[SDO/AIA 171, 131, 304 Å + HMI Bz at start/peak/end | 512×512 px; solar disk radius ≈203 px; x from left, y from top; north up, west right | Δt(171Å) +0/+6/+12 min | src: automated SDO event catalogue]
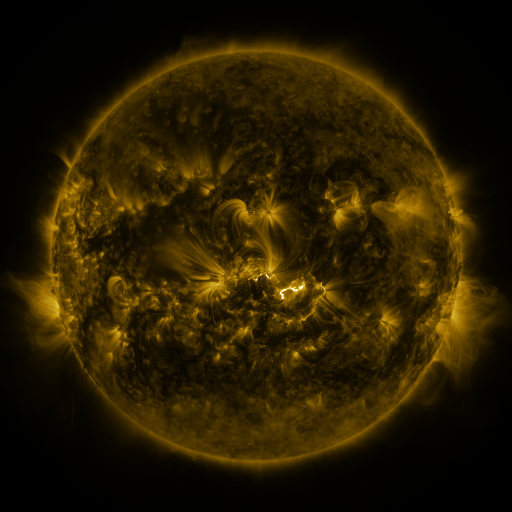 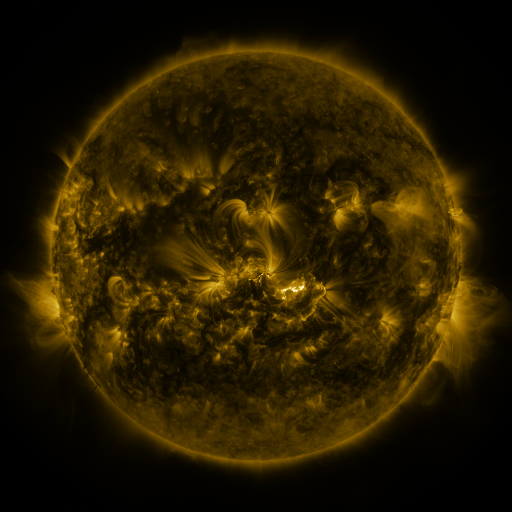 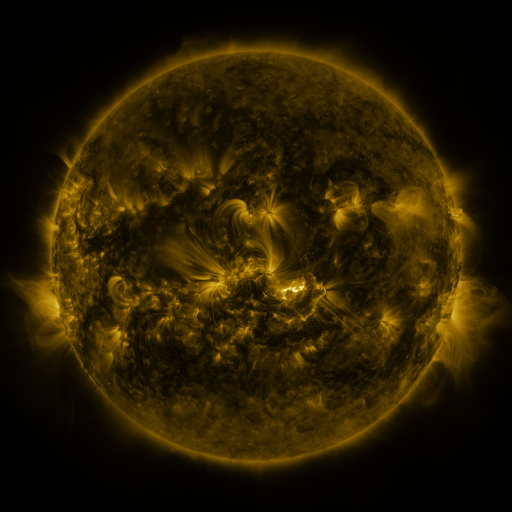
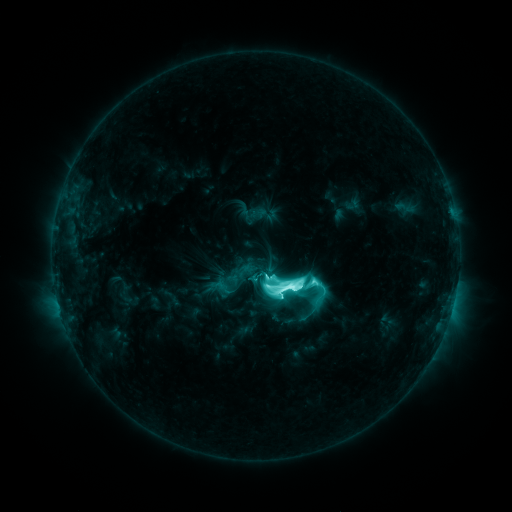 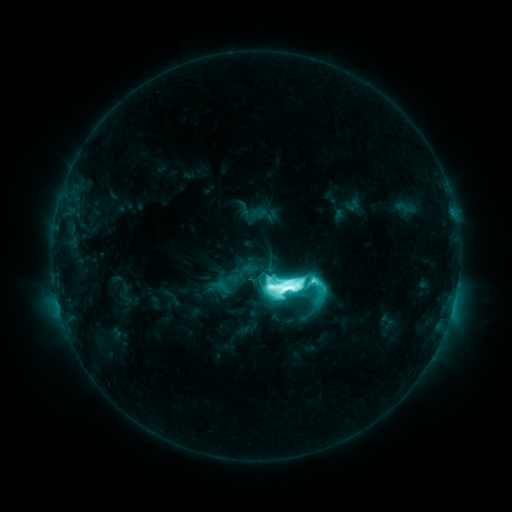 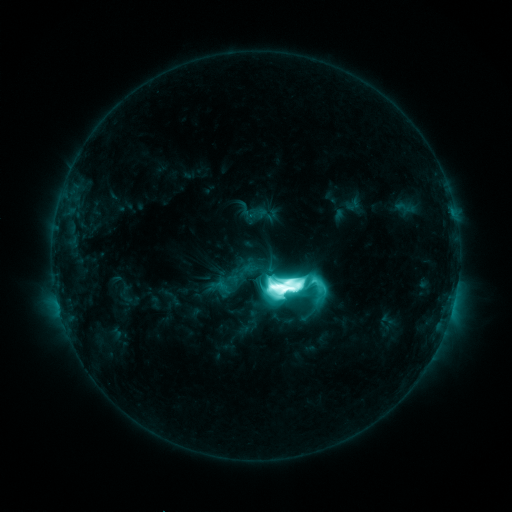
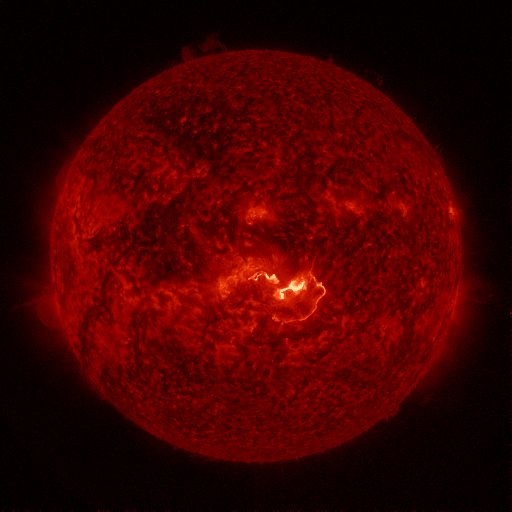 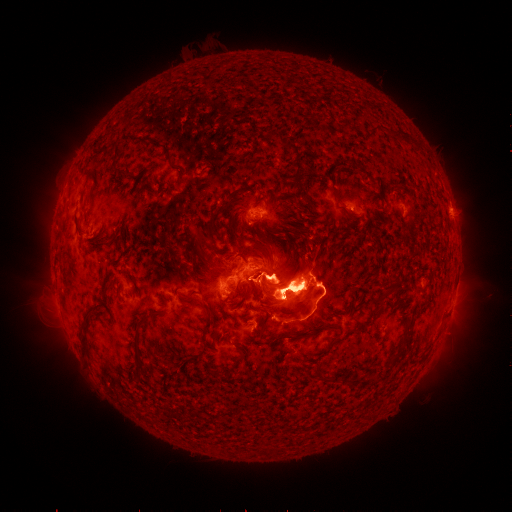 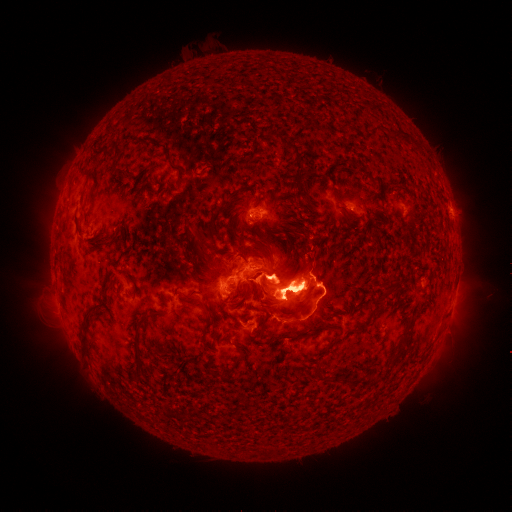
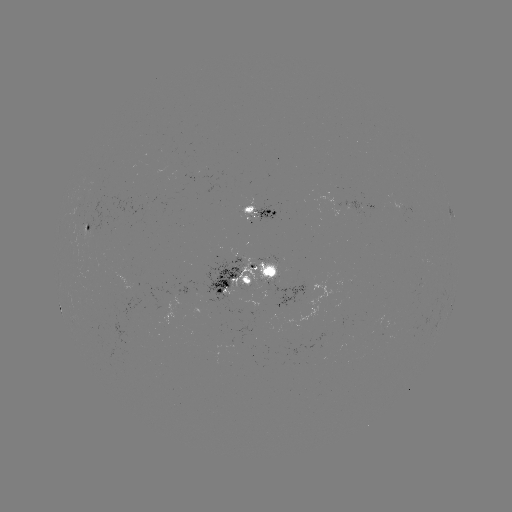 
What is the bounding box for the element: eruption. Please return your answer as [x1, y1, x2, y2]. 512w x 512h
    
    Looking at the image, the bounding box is [35, 140, 87, 257].